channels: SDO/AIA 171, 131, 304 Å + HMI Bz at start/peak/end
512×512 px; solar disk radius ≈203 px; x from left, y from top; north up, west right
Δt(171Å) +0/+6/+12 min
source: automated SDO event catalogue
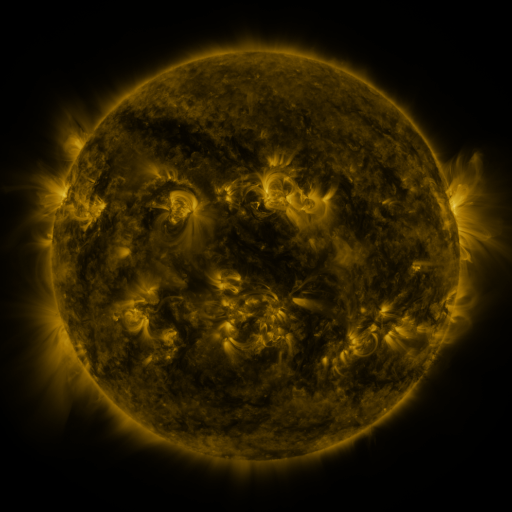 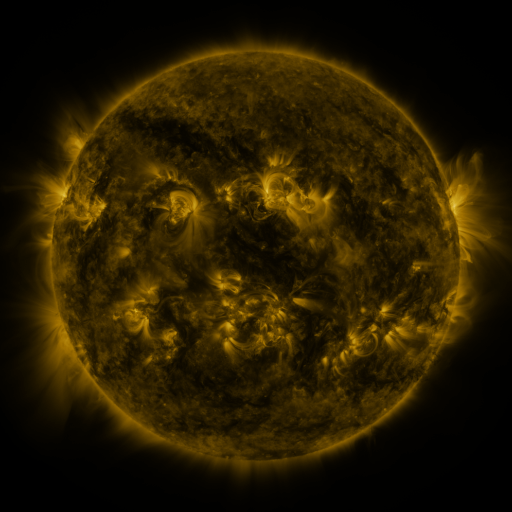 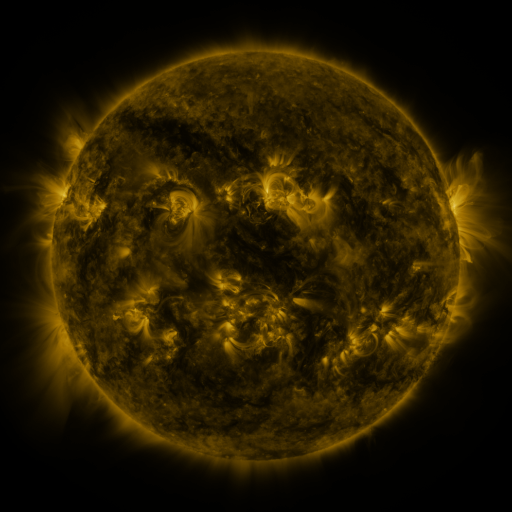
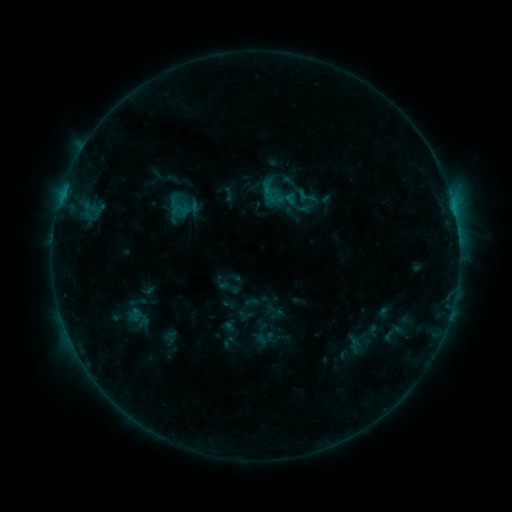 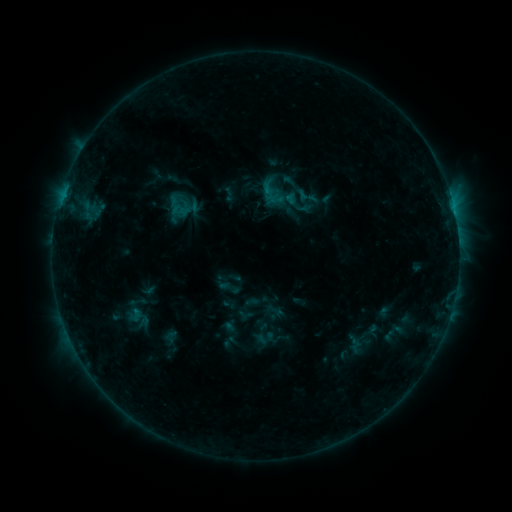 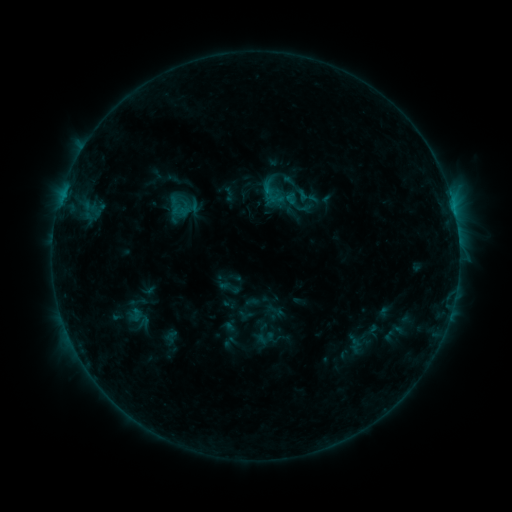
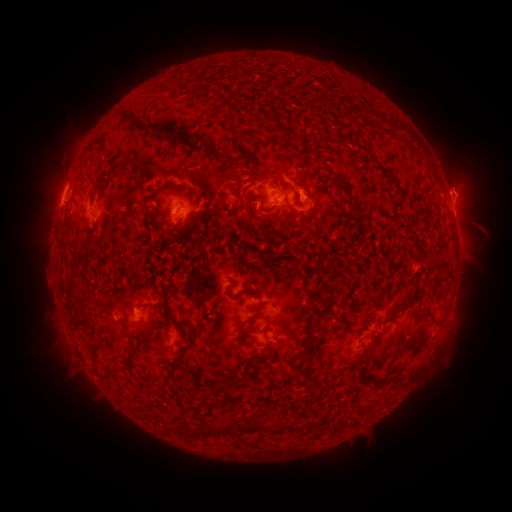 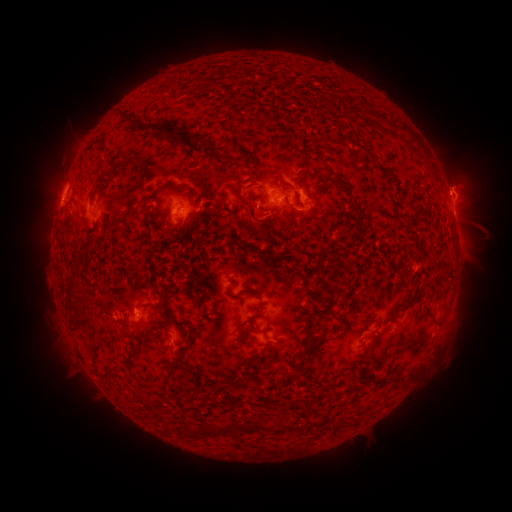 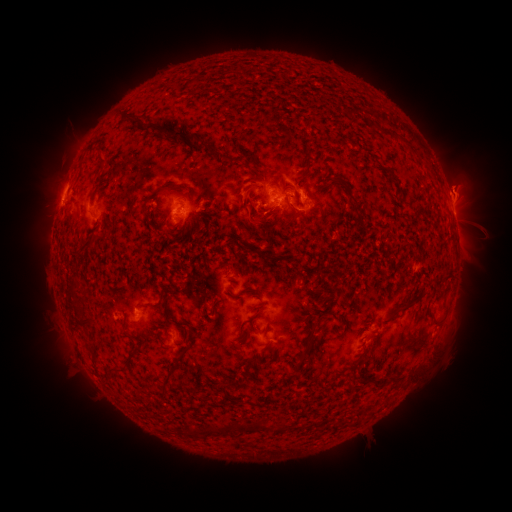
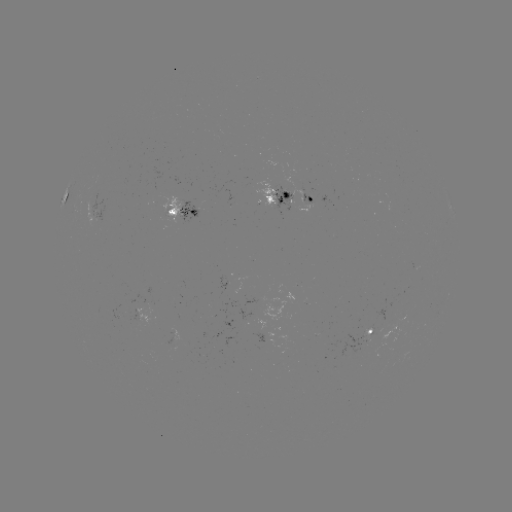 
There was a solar eruption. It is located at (263, 223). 